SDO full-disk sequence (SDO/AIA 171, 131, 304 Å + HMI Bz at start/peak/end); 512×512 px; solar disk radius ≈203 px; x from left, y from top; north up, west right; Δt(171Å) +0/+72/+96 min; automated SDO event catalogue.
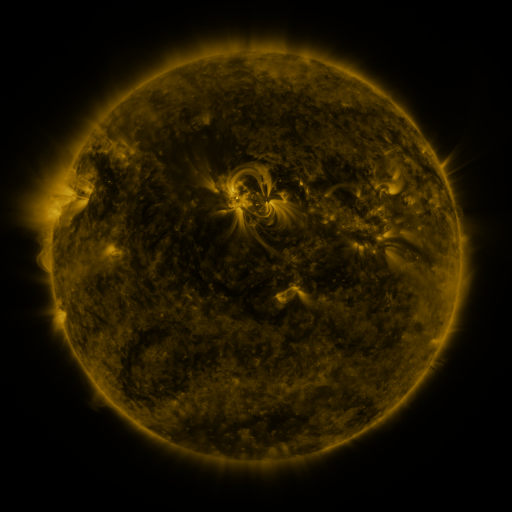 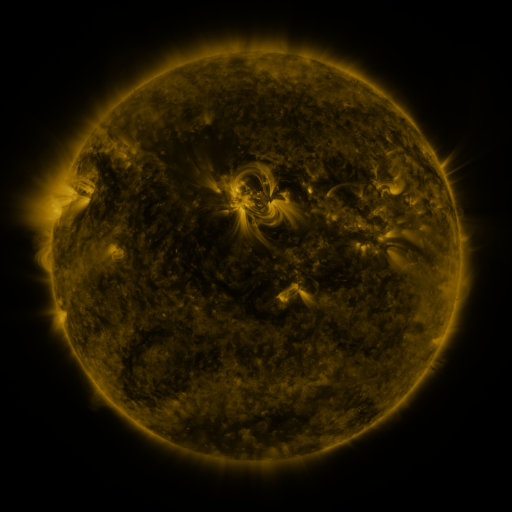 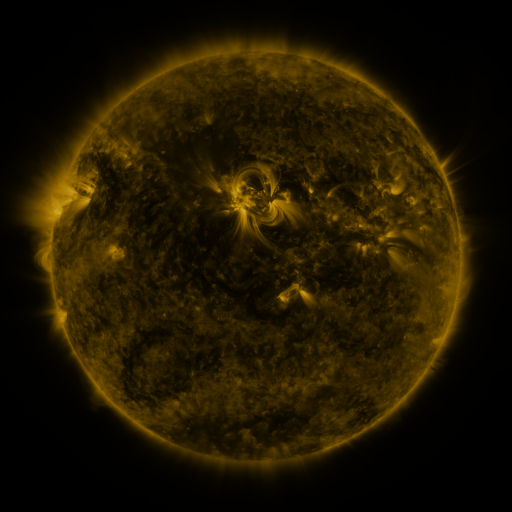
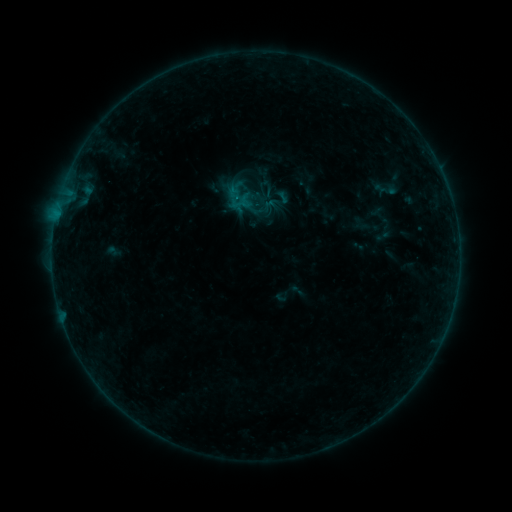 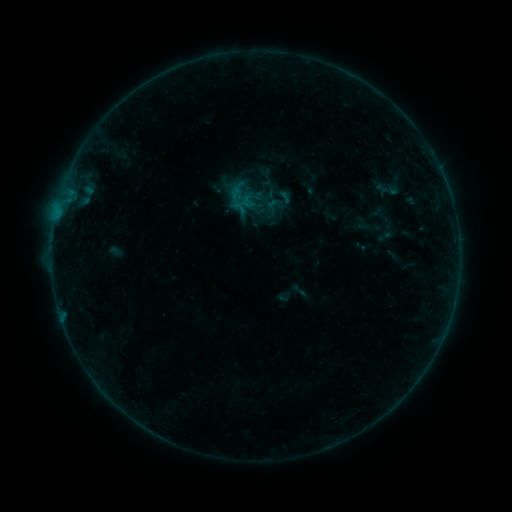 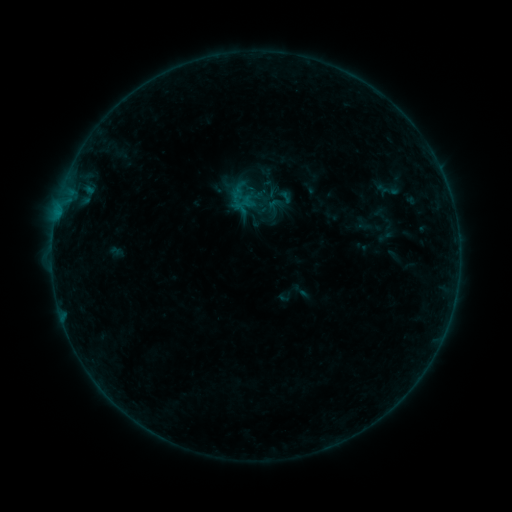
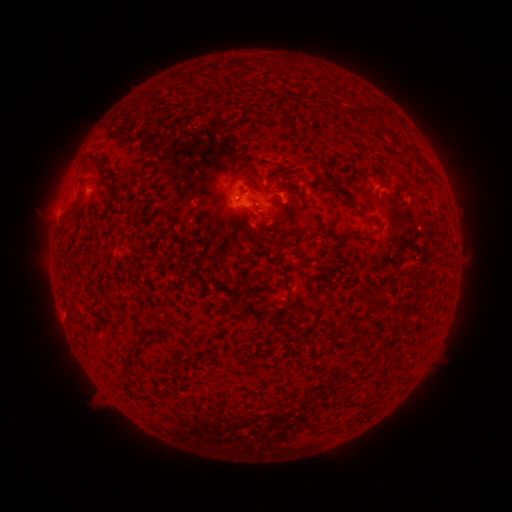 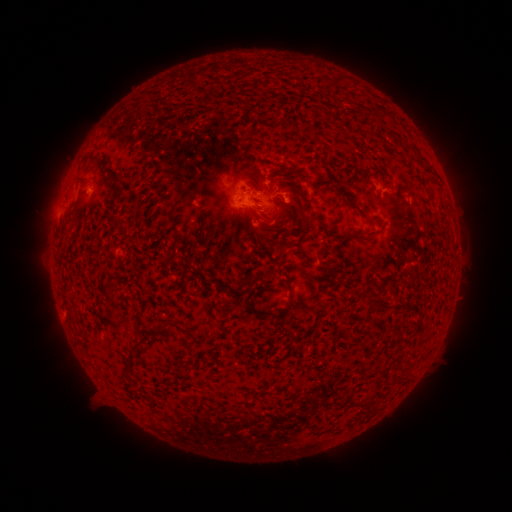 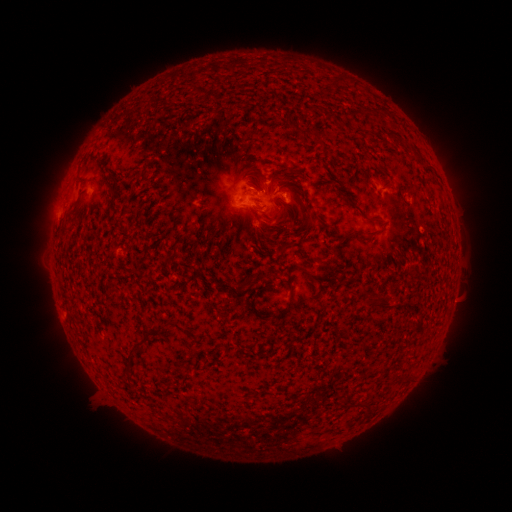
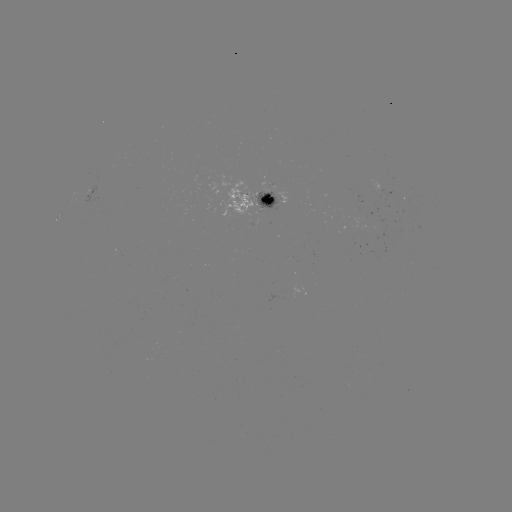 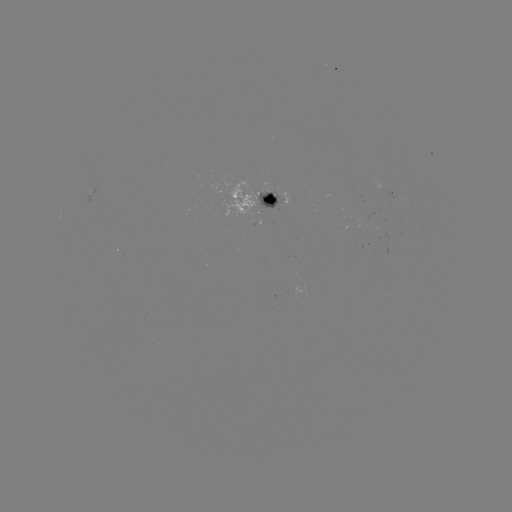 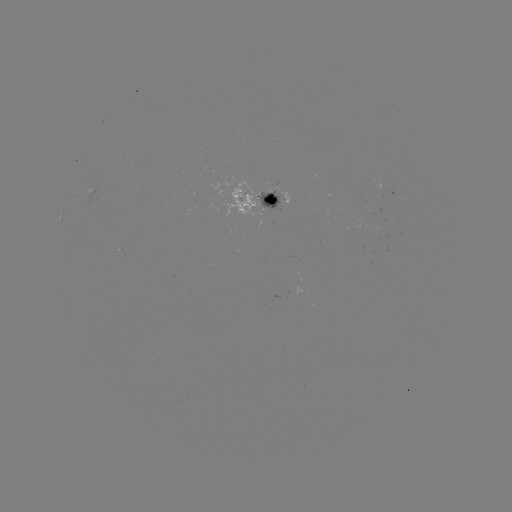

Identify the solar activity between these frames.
emerging-flux region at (280, 202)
